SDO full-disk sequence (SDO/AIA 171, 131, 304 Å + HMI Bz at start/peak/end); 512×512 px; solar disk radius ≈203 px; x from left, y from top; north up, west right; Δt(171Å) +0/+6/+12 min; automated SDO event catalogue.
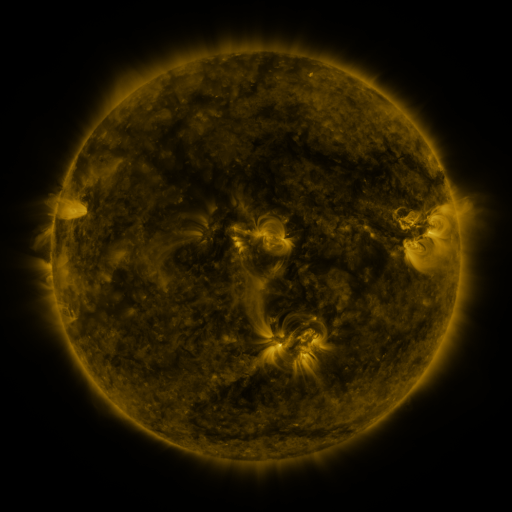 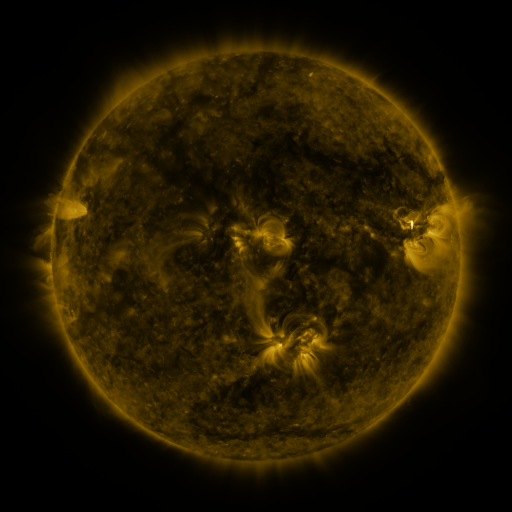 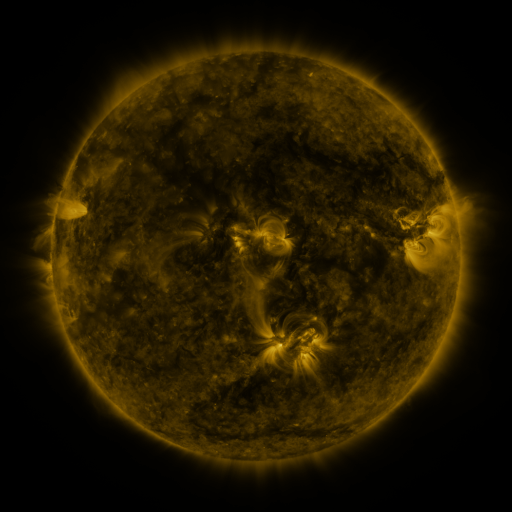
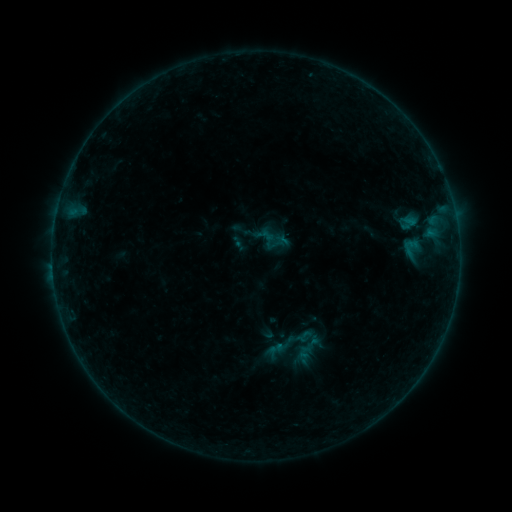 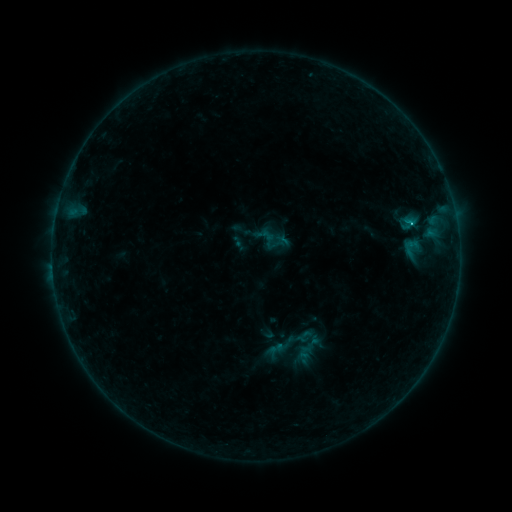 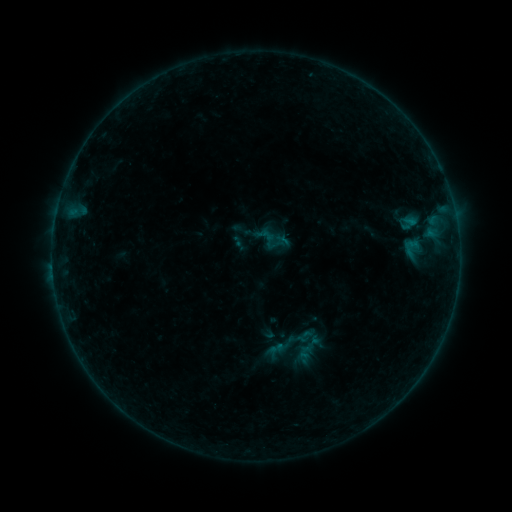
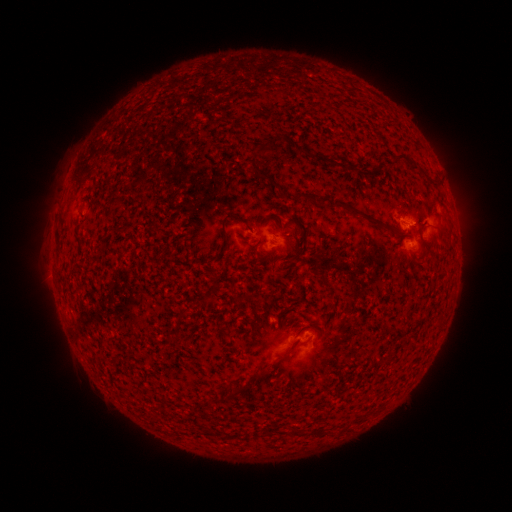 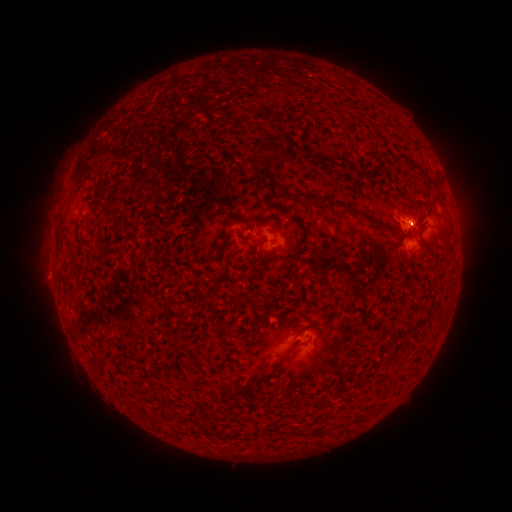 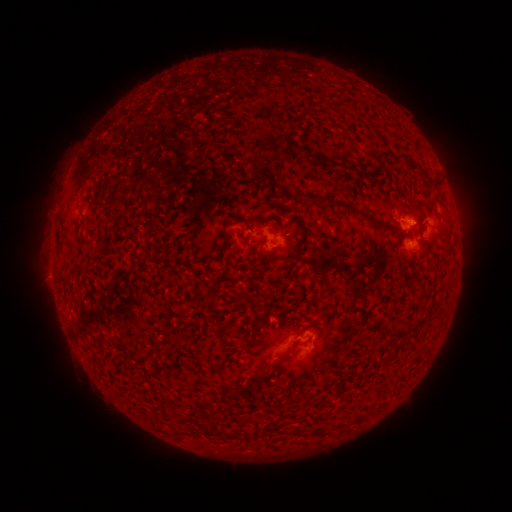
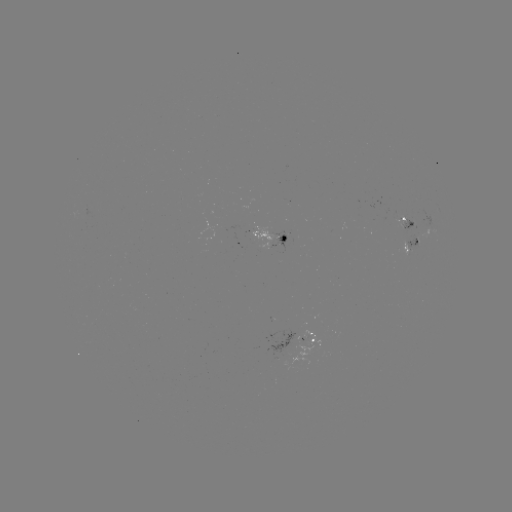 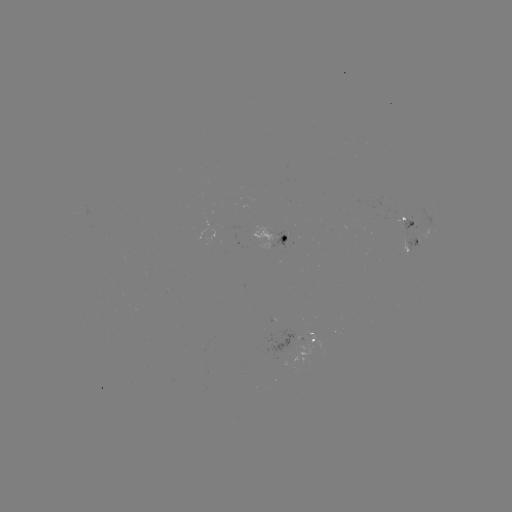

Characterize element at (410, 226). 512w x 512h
B3.6 flare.